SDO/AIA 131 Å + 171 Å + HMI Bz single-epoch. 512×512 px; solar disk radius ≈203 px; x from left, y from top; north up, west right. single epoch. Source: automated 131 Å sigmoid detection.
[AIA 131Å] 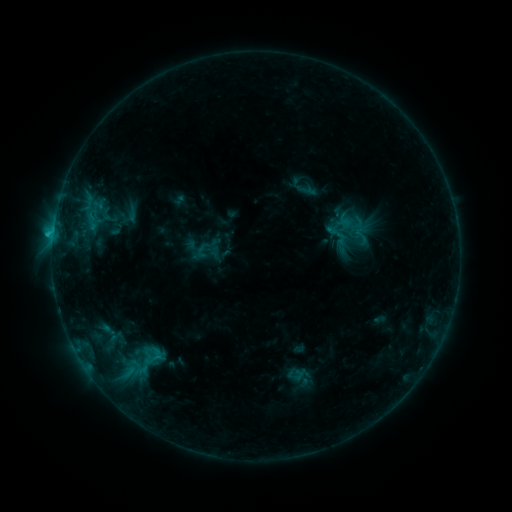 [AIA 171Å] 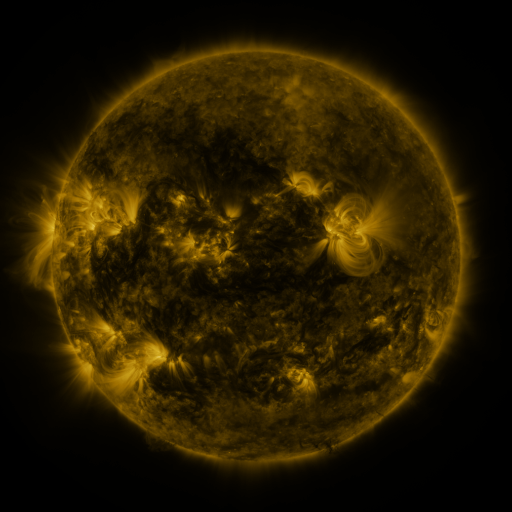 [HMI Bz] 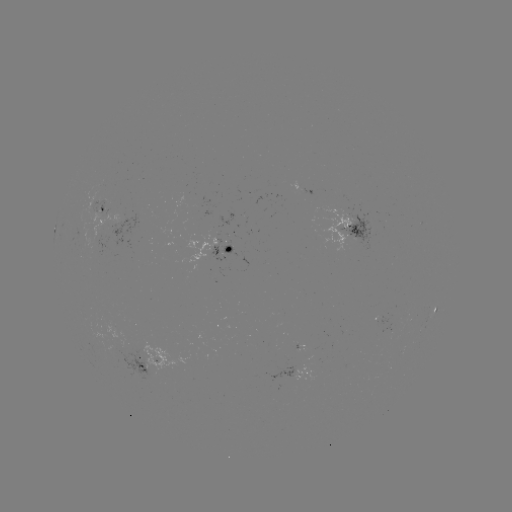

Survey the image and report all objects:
sigmoid: (350, 225, 373, 244)
sigmoid: (194, 243, 211, 261)
